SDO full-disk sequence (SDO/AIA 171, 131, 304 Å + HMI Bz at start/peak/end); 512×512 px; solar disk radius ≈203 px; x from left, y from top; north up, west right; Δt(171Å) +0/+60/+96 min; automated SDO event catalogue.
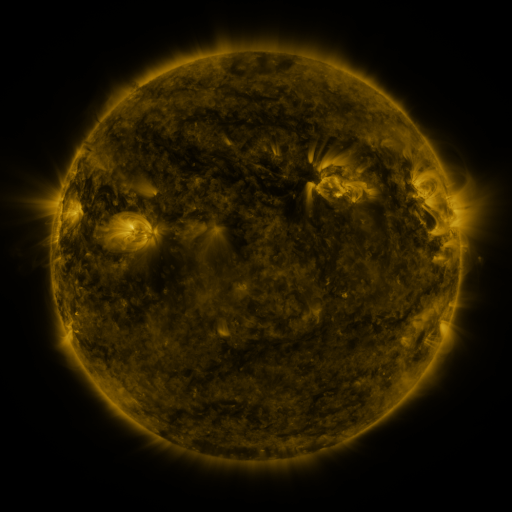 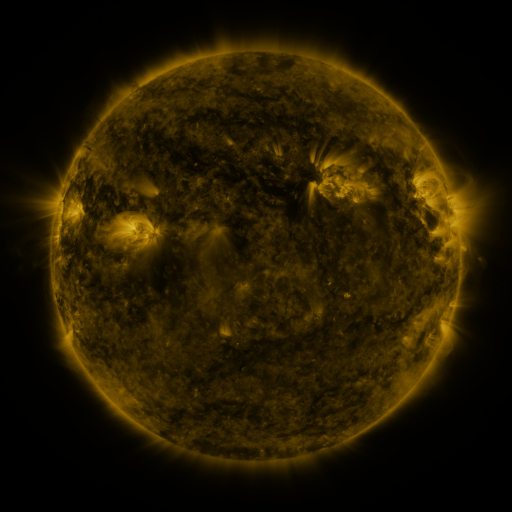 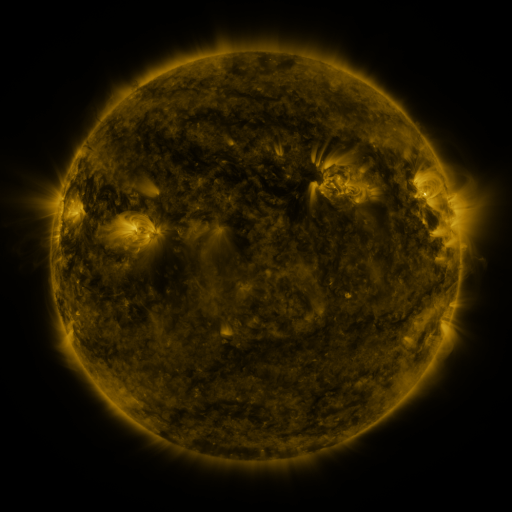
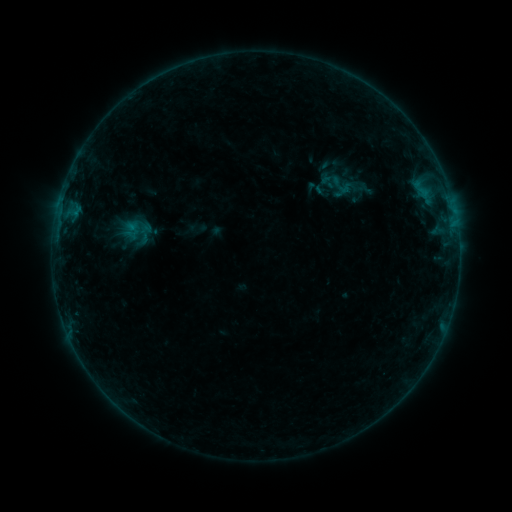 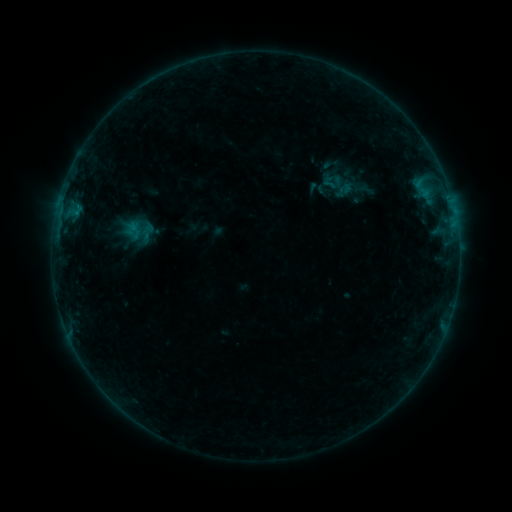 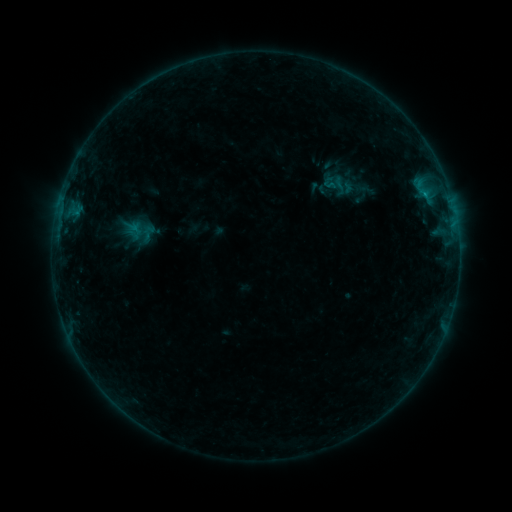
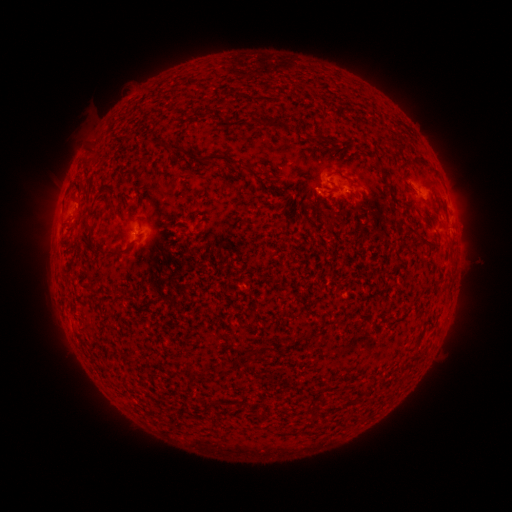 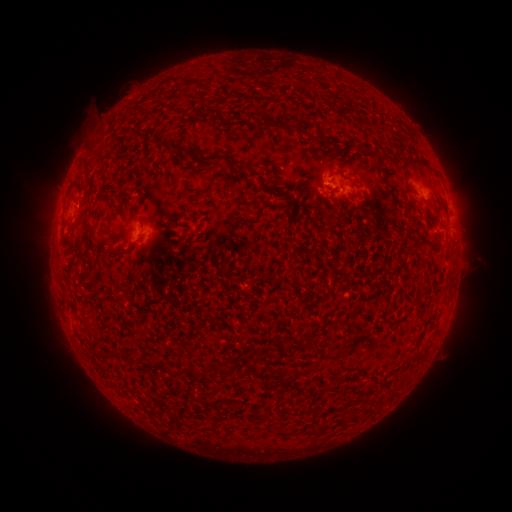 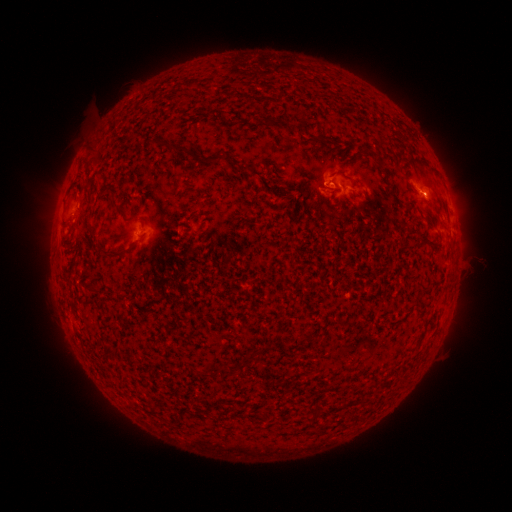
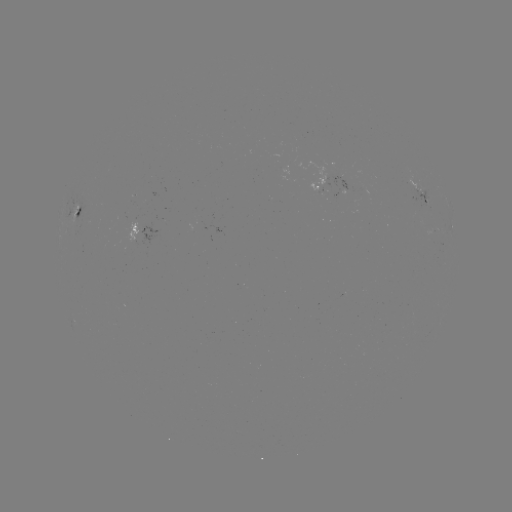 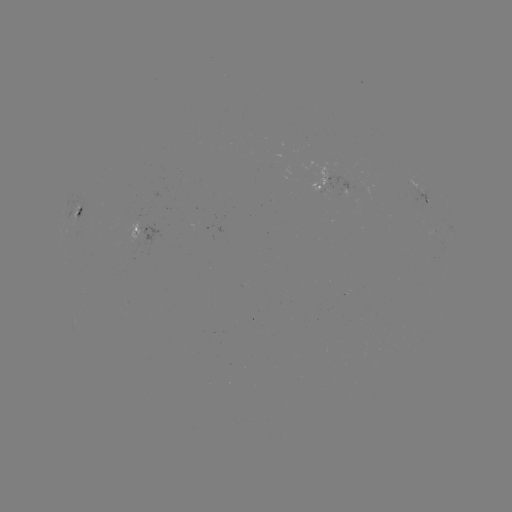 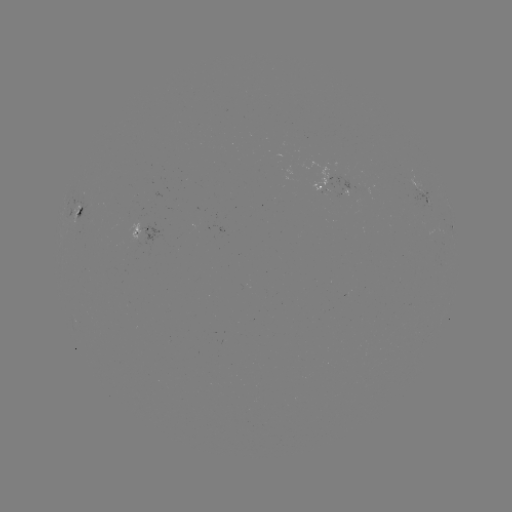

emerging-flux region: <bbox>325, 163, 358, 190</bbox>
